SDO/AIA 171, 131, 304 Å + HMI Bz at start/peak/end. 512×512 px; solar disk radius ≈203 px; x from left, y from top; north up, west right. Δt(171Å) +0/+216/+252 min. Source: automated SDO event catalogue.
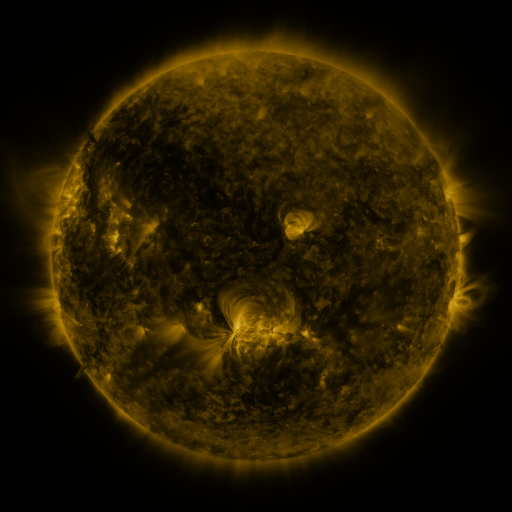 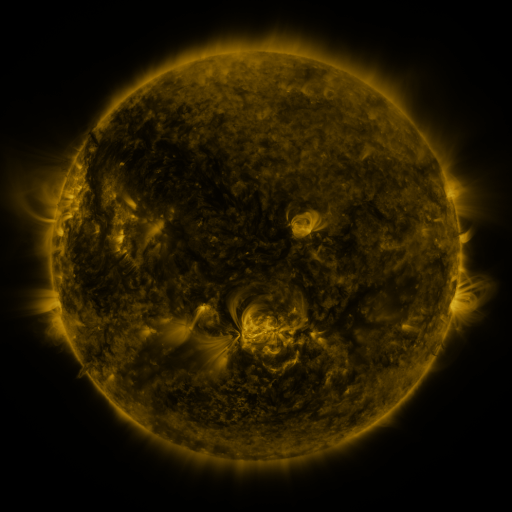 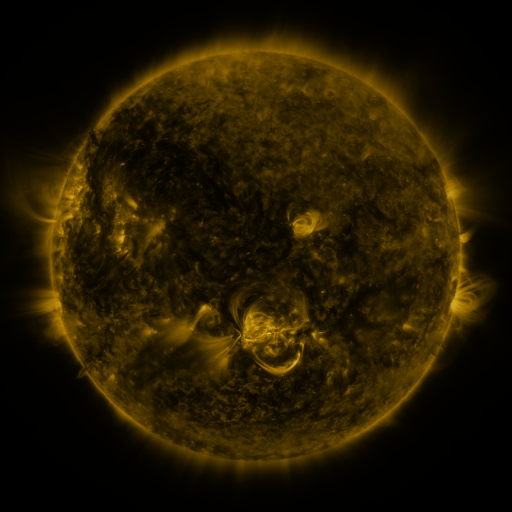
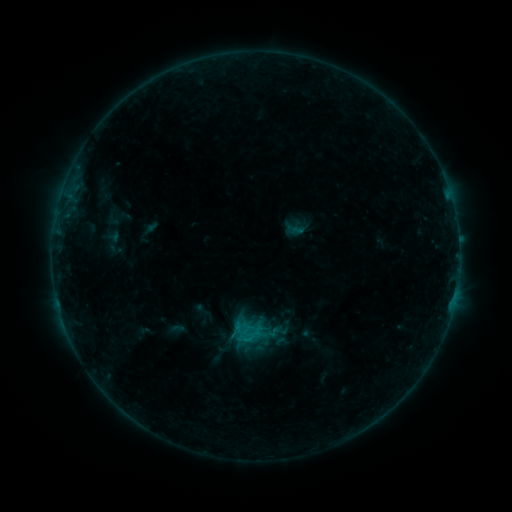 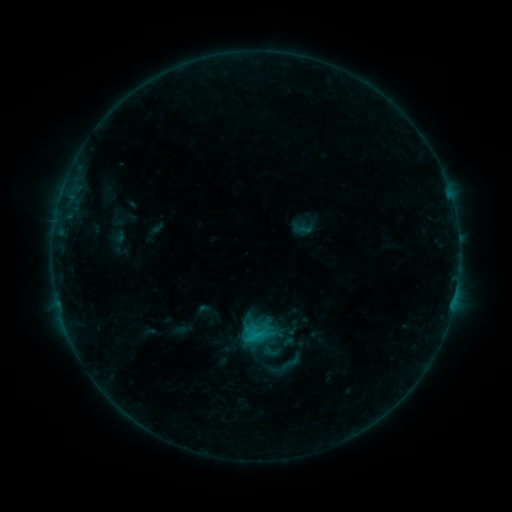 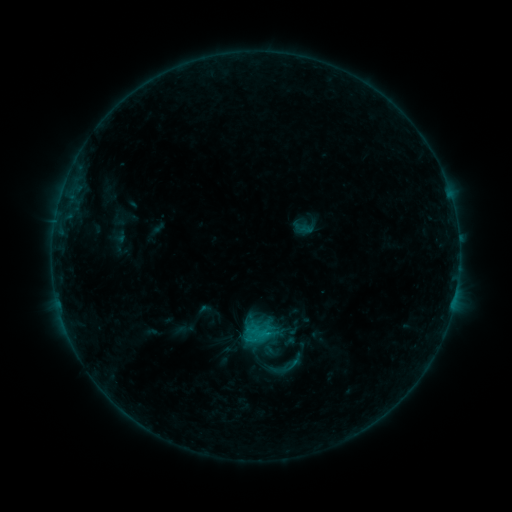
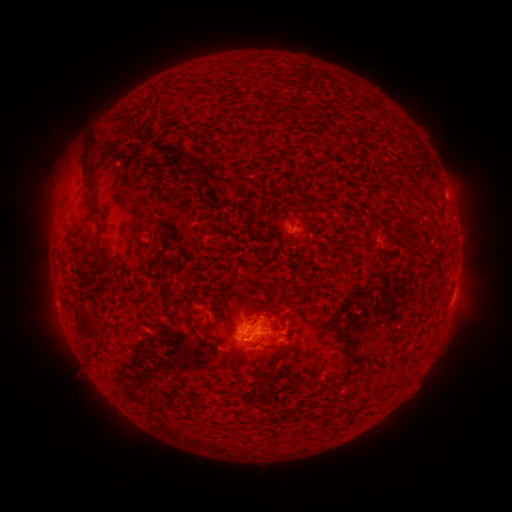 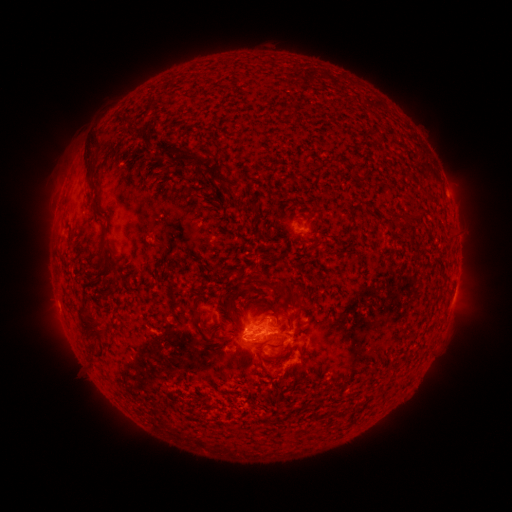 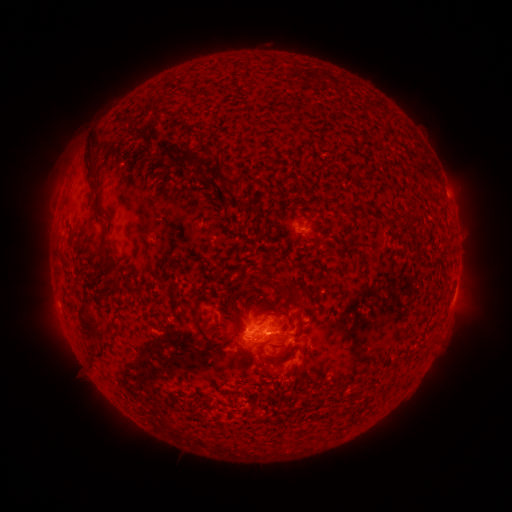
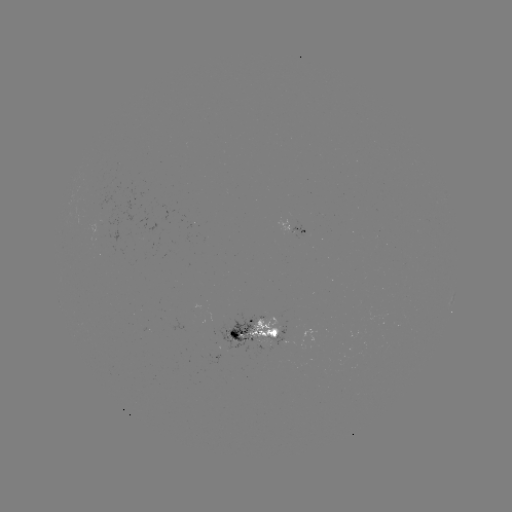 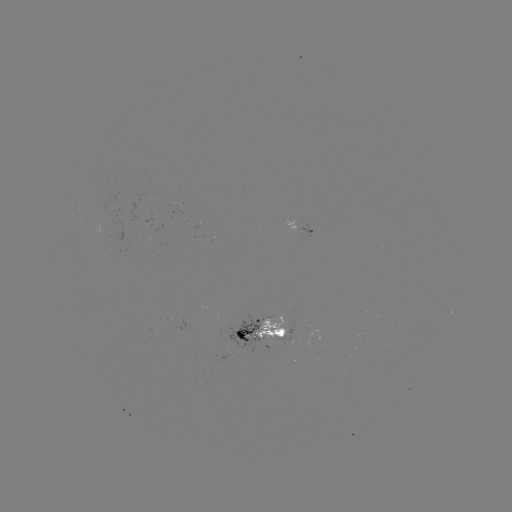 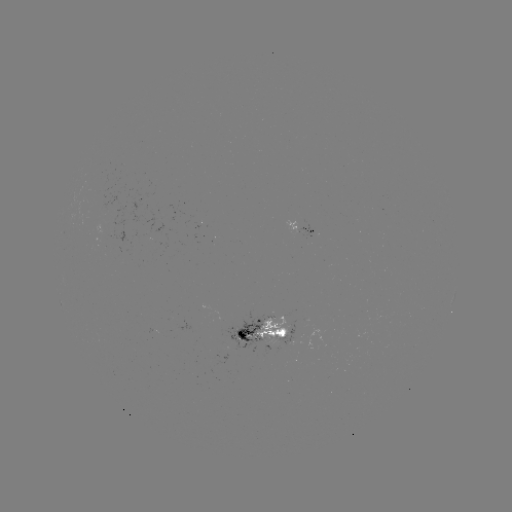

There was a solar emerging-flux region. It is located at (258, 337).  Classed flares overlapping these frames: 2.